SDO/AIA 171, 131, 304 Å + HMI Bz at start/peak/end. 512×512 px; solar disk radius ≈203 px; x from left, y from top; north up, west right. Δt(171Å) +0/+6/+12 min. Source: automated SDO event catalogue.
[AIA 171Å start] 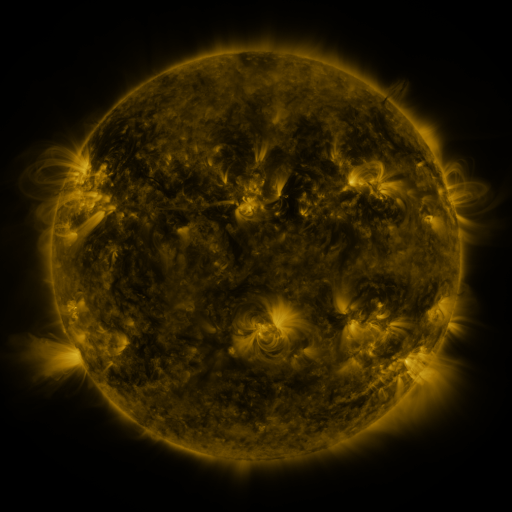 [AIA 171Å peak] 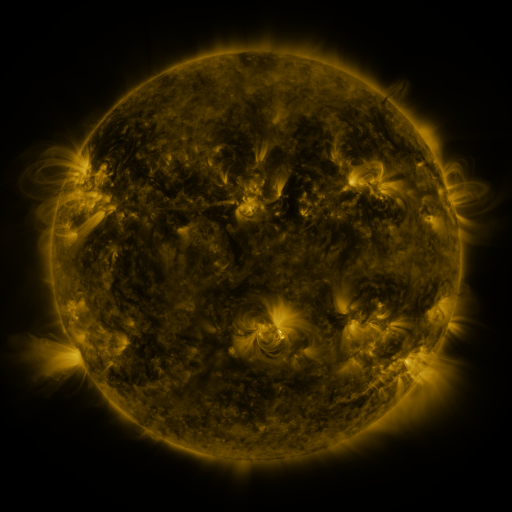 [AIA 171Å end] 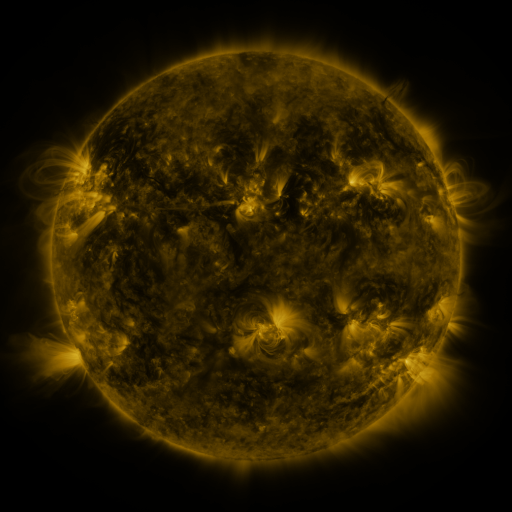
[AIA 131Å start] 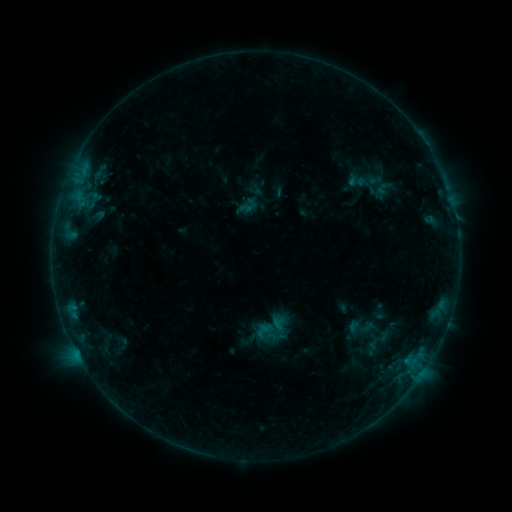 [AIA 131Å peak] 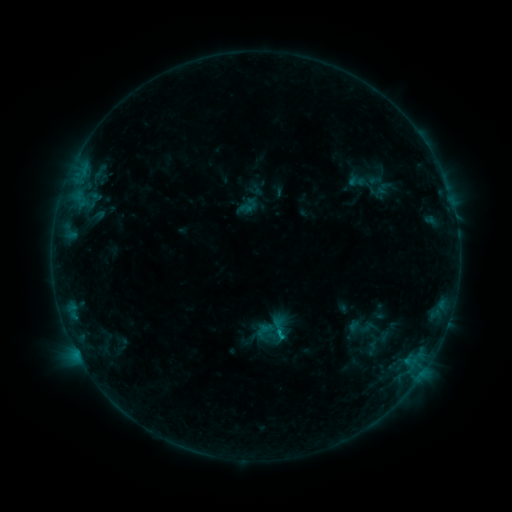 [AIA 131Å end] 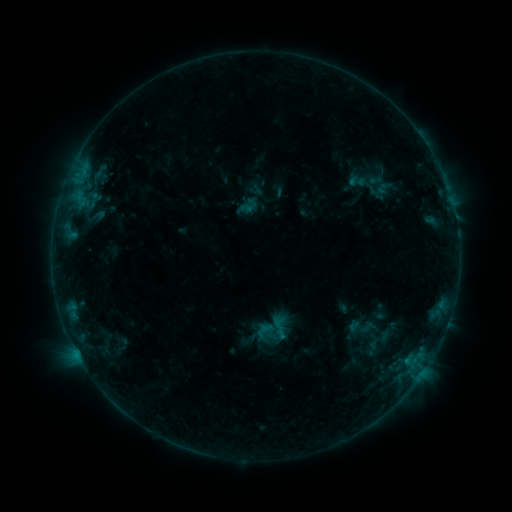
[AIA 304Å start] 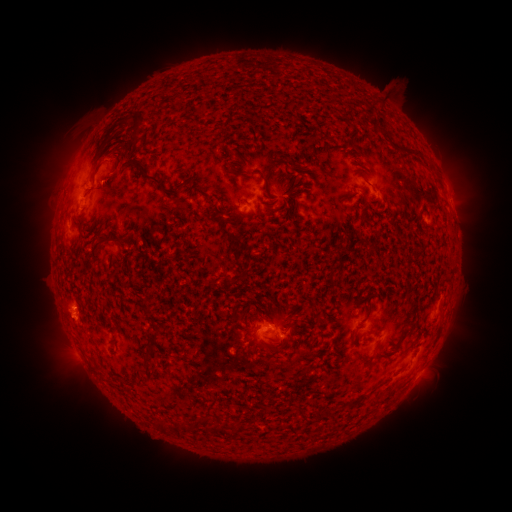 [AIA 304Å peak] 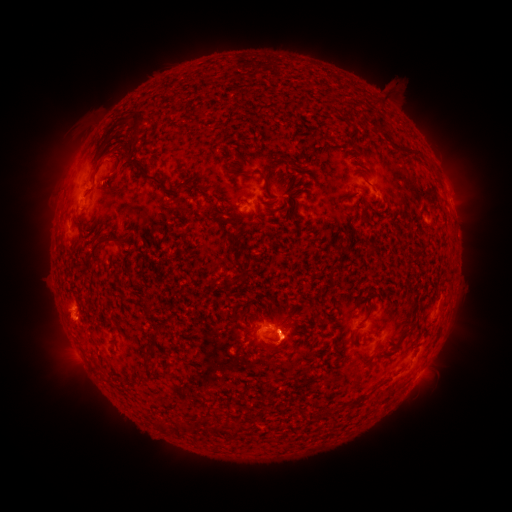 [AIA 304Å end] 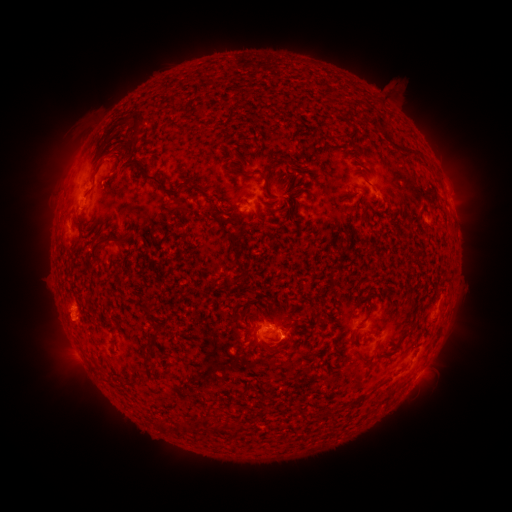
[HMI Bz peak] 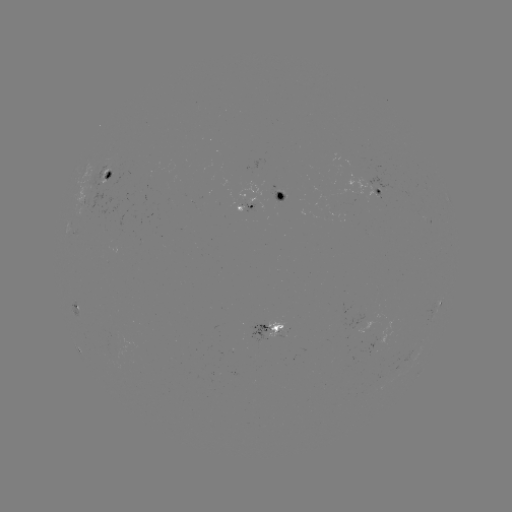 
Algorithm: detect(eruption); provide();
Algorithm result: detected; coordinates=[286, 349]